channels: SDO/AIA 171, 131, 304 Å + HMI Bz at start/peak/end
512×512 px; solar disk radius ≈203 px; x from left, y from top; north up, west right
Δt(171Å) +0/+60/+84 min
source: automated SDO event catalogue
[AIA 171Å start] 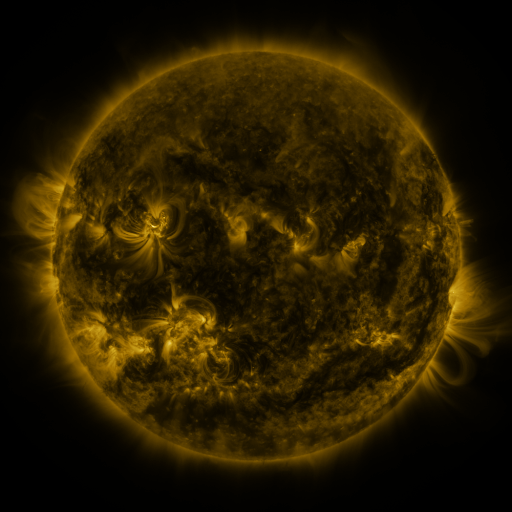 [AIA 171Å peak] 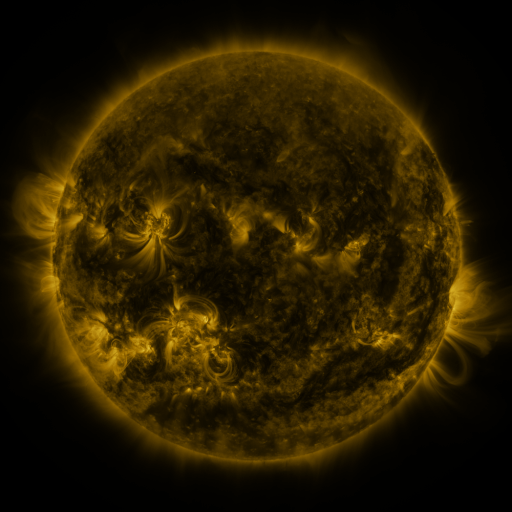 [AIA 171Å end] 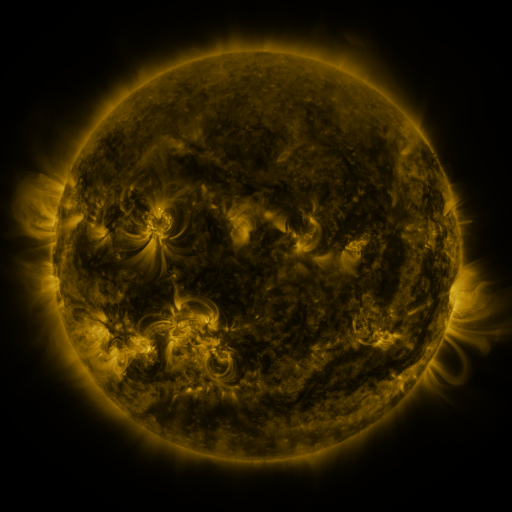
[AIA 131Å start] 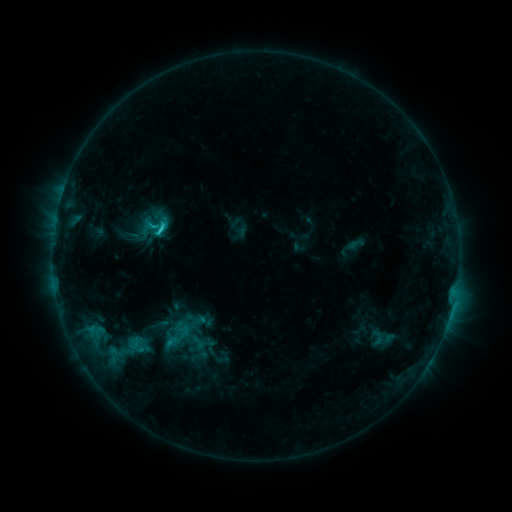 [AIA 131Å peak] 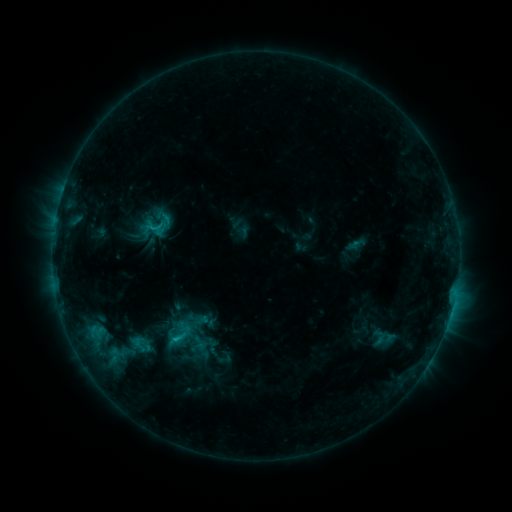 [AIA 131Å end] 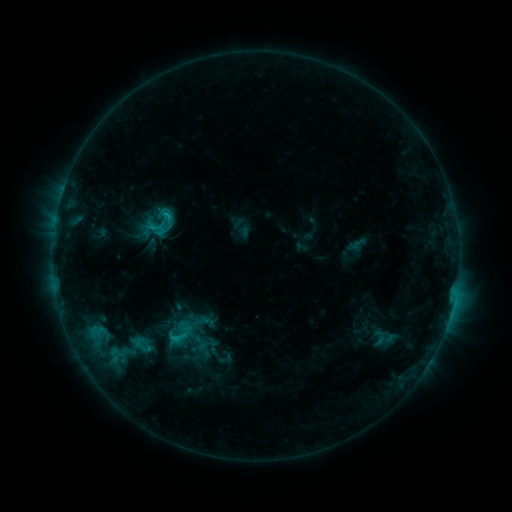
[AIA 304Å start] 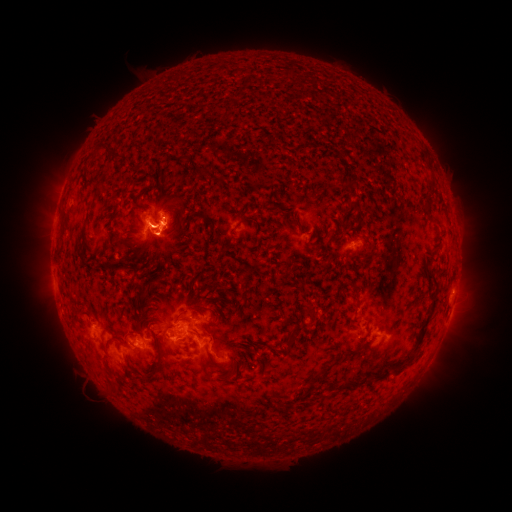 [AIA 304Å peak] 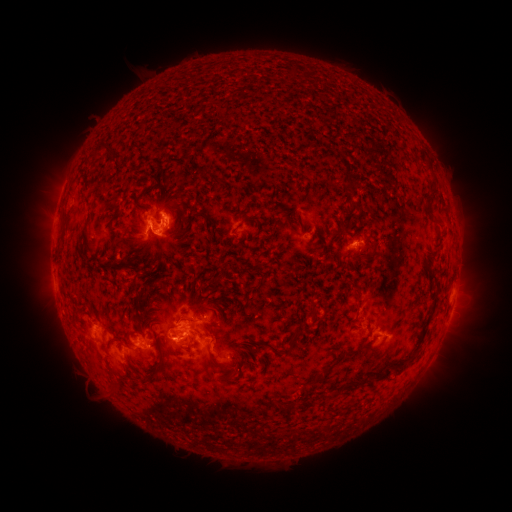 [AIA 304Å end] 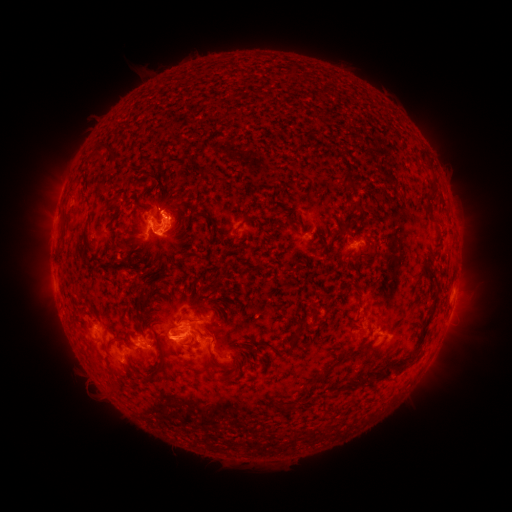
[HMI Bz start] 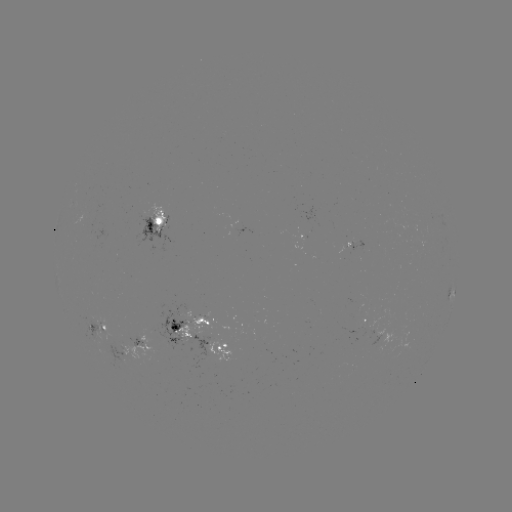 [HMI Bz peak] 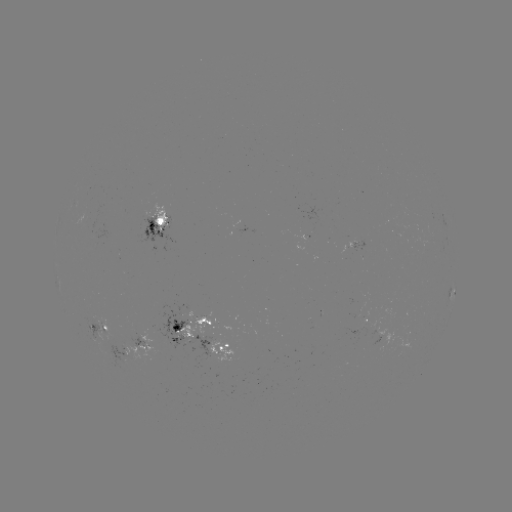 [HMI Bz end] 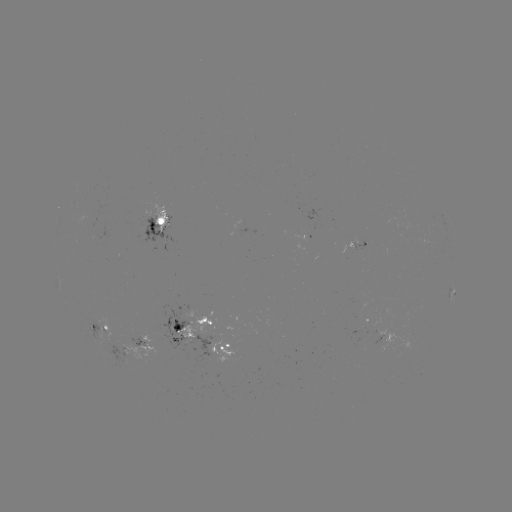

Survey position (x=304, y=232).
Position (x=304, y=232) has emerging-flux region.